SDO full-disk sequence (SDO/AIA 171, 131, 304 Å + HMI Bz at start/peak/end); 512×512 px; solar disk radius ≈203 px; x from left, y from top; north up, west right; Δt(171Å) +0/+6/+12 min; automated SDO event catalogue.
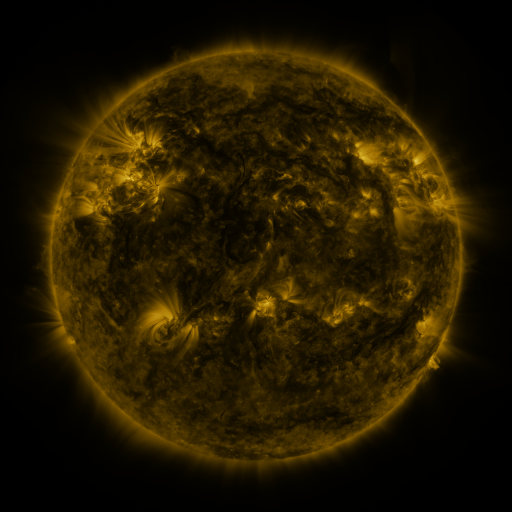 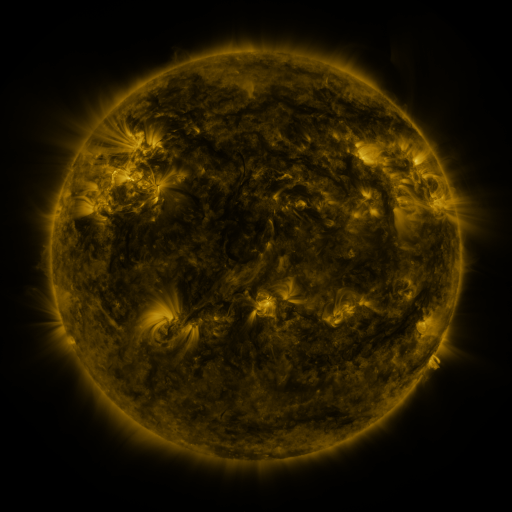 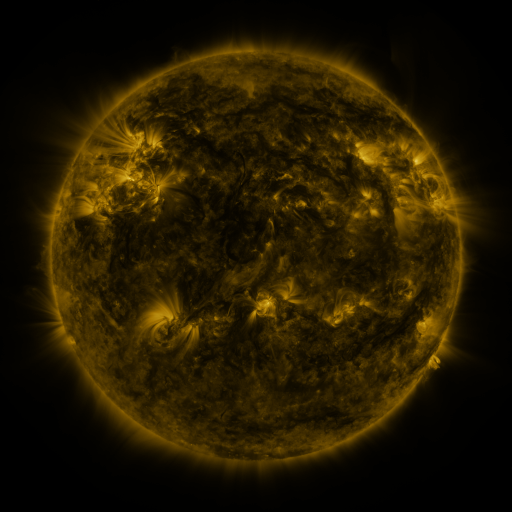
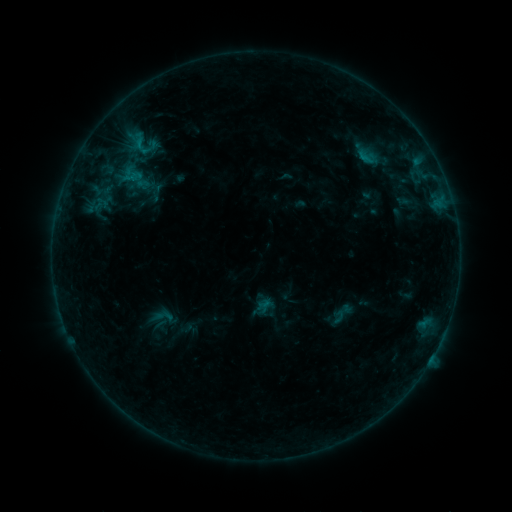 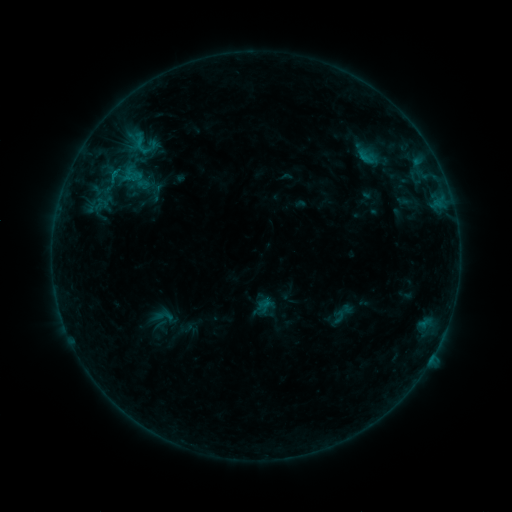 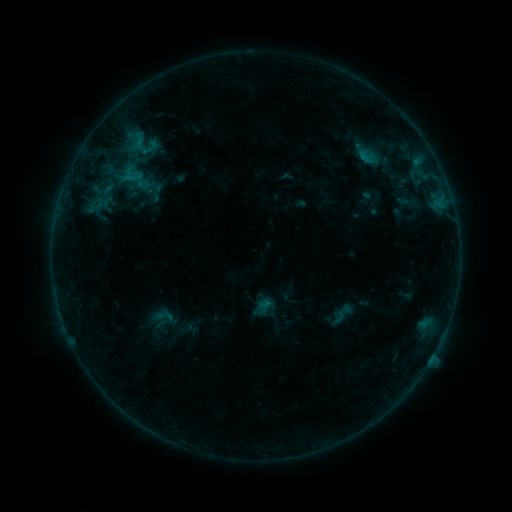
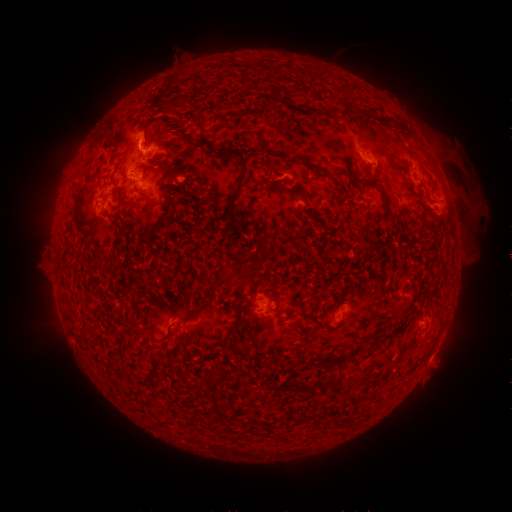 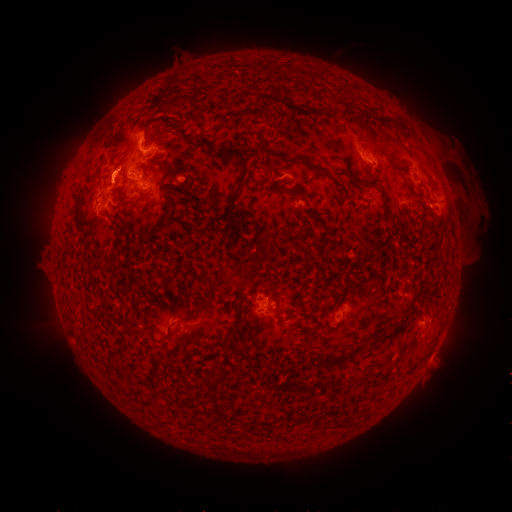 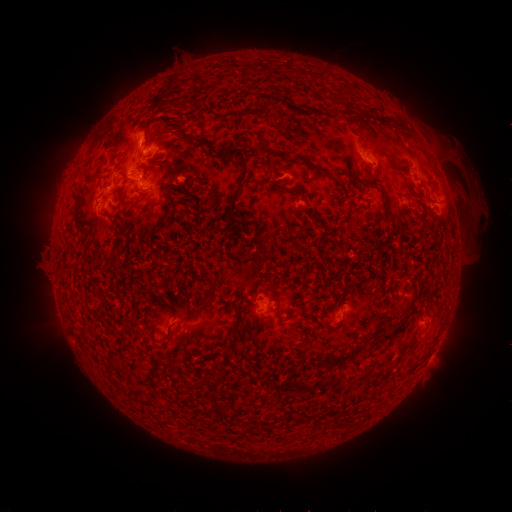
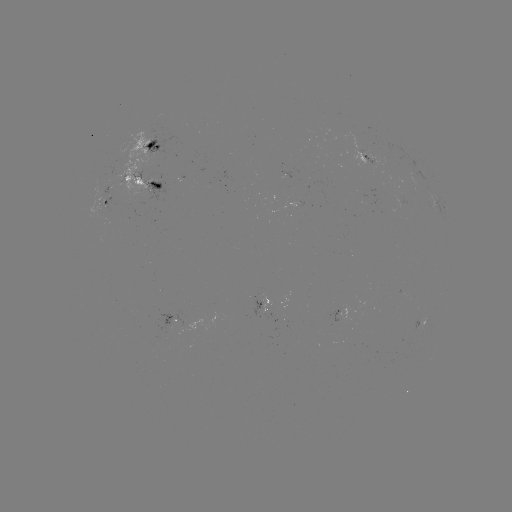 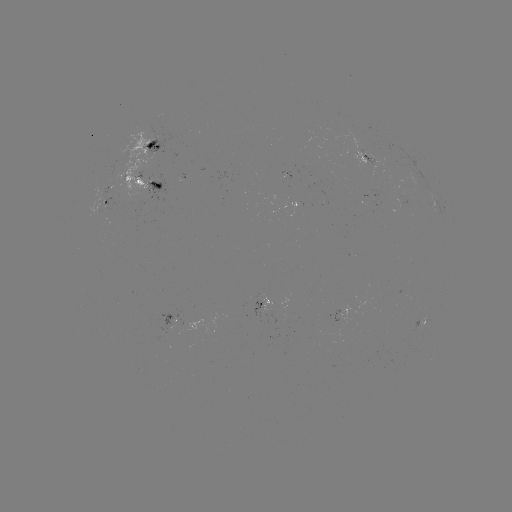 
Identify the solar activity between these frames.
eruption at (109, 174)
